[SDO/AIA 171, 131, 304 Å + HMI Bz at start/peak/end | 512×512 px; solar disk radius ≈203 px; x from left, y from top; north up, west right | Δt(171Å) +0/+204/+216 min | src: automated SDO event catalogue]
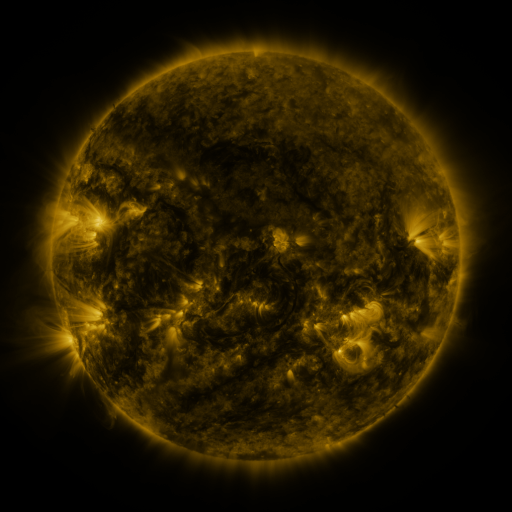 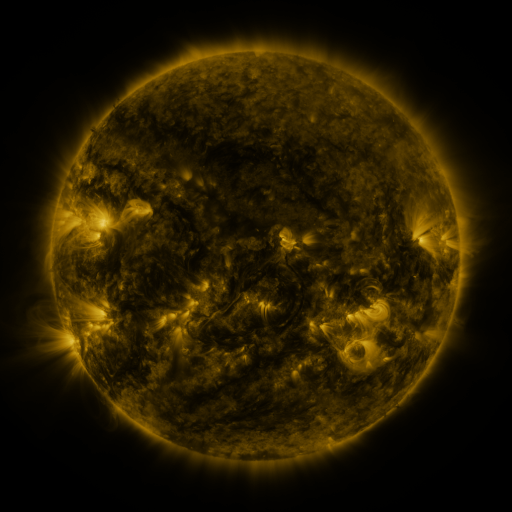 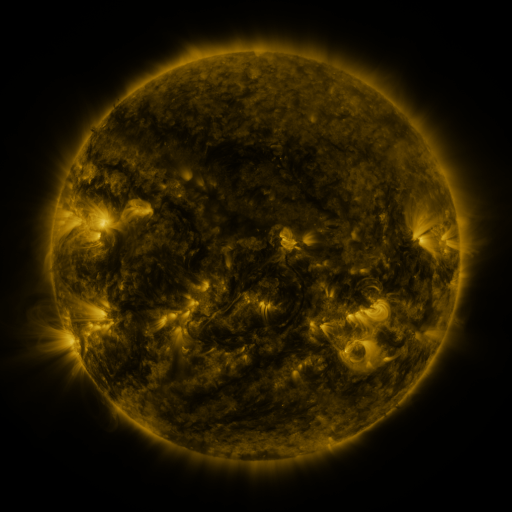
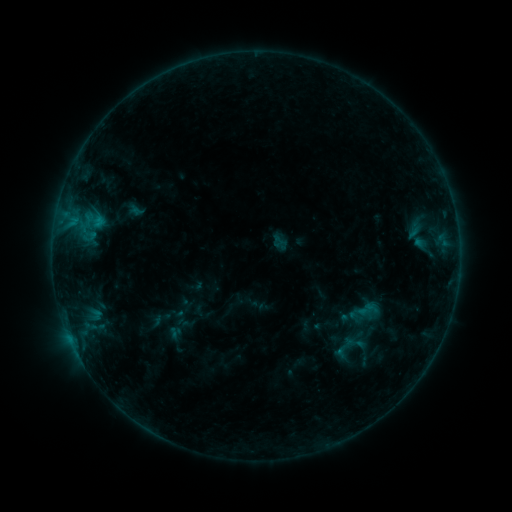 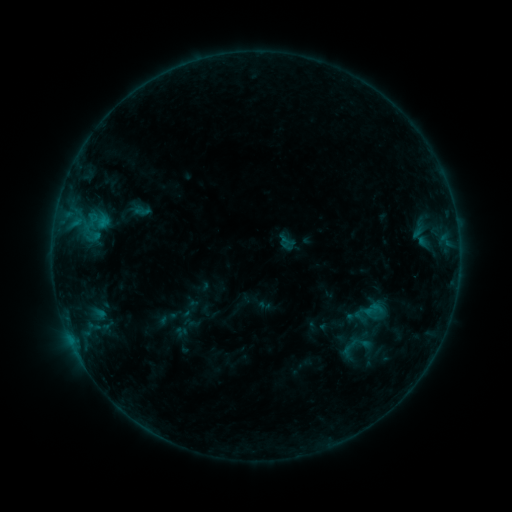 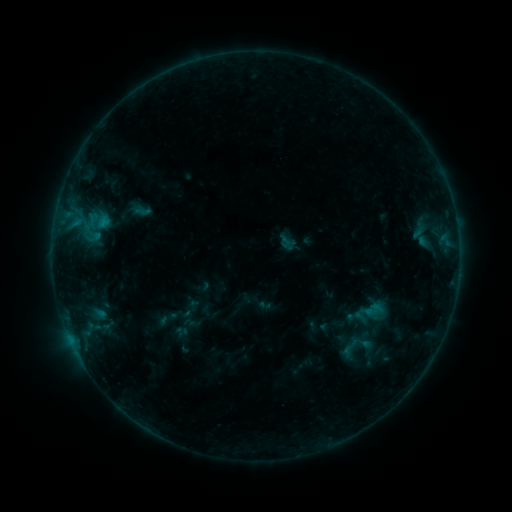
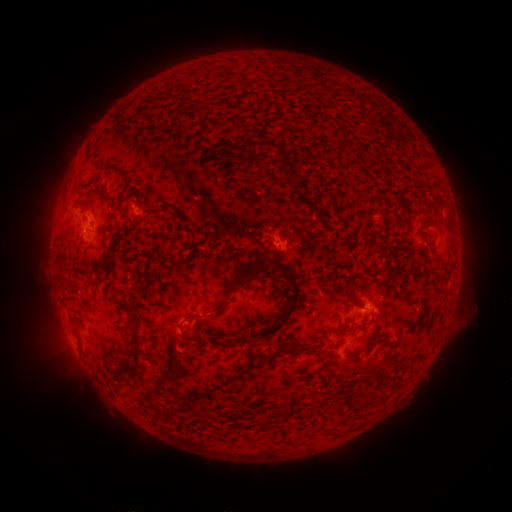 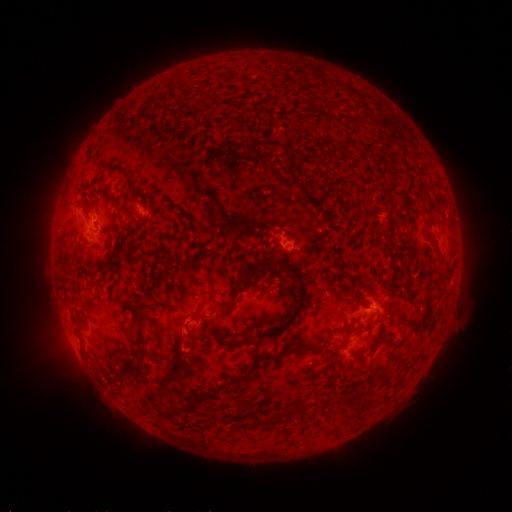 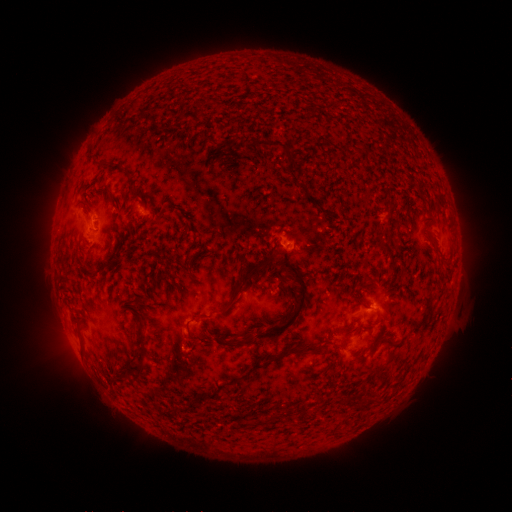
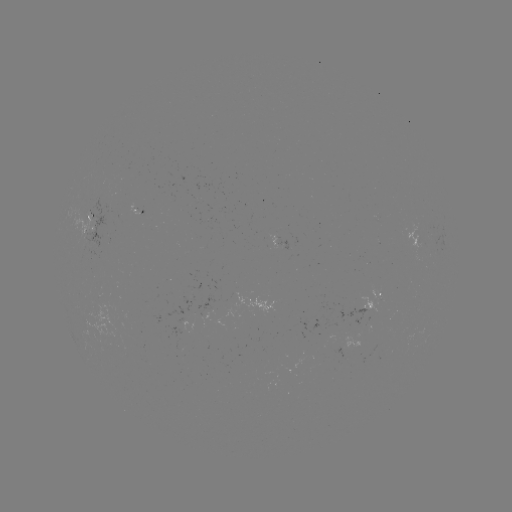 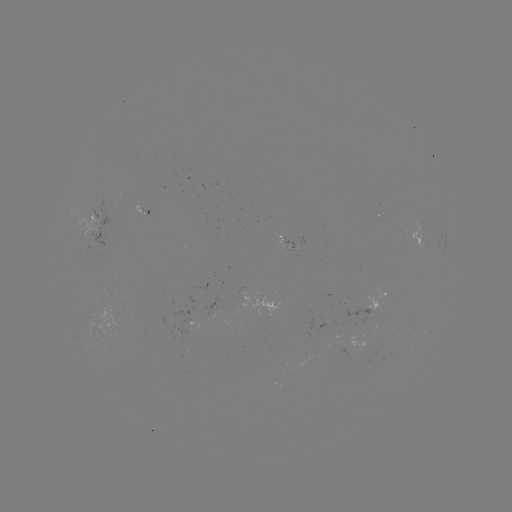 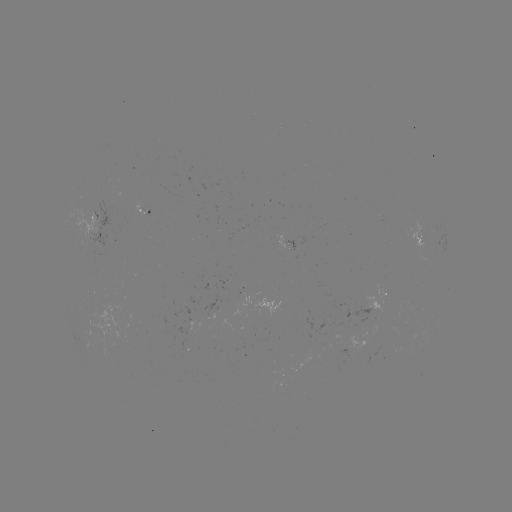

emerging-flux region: [284, 239, 295, 250]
